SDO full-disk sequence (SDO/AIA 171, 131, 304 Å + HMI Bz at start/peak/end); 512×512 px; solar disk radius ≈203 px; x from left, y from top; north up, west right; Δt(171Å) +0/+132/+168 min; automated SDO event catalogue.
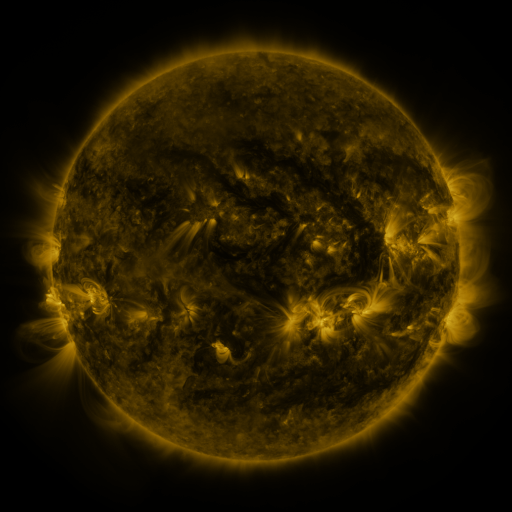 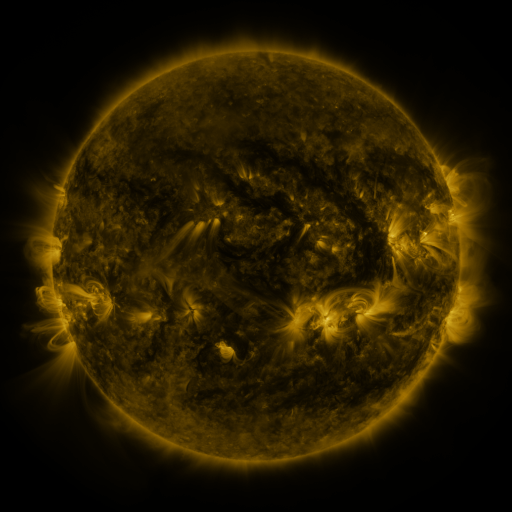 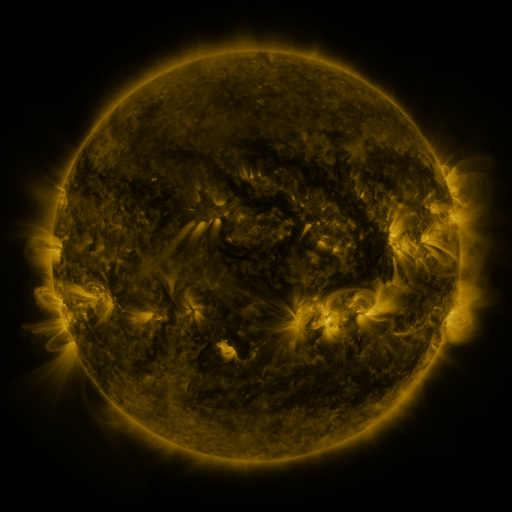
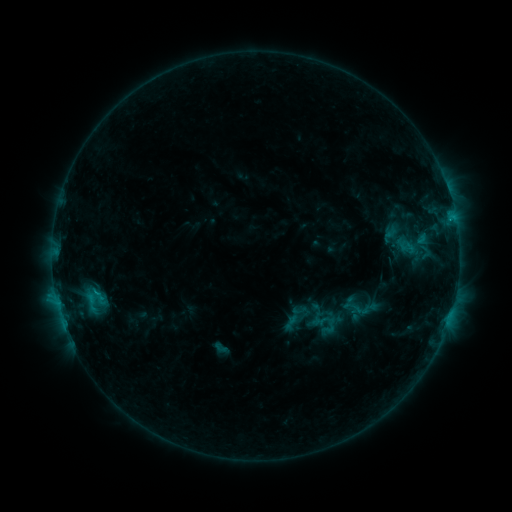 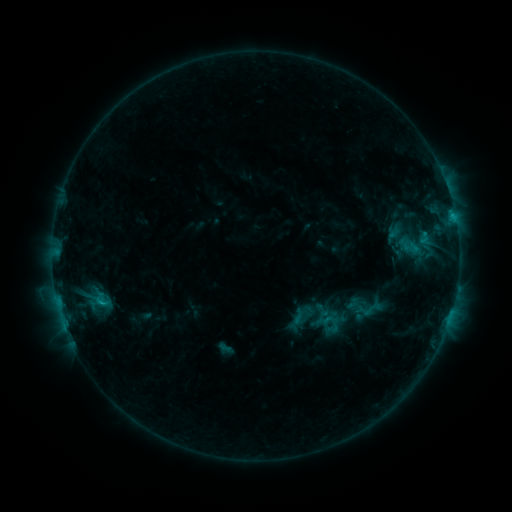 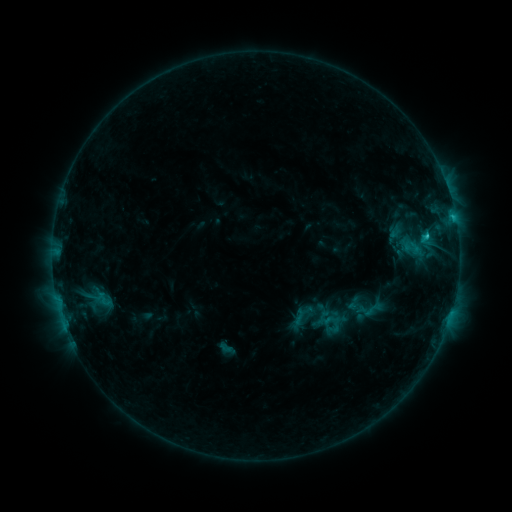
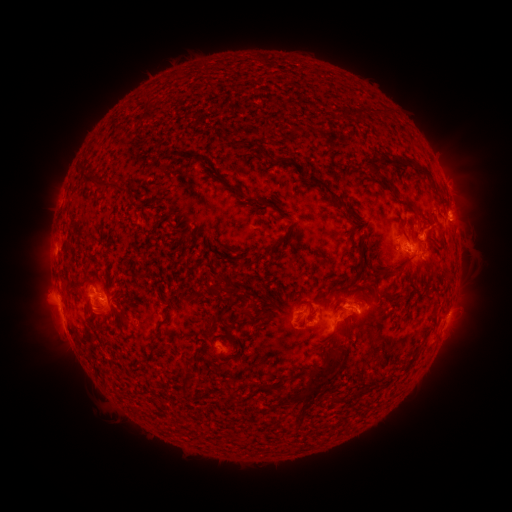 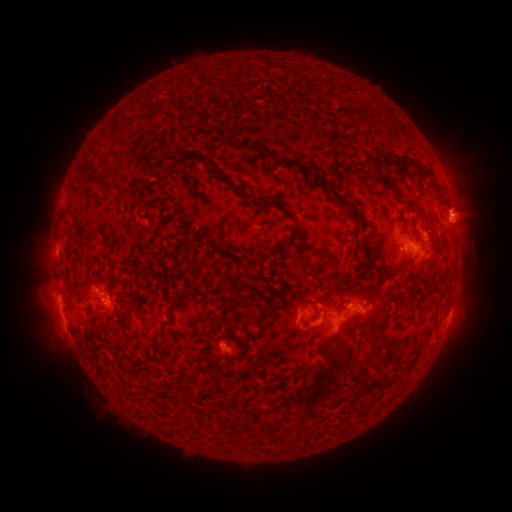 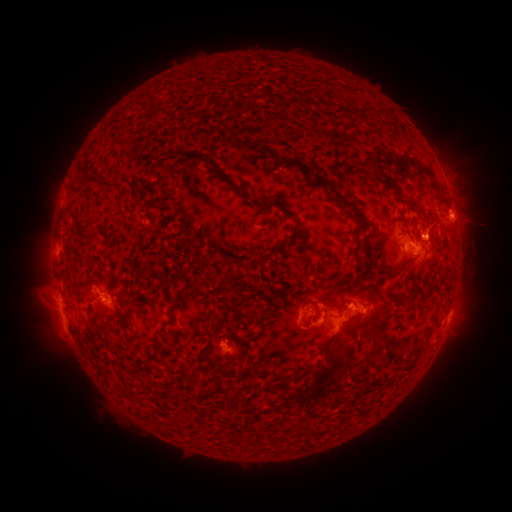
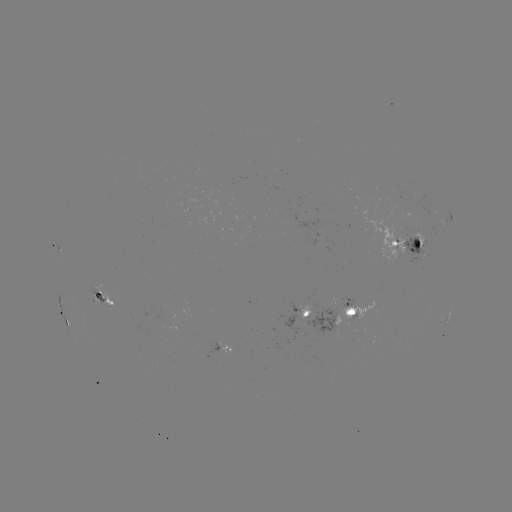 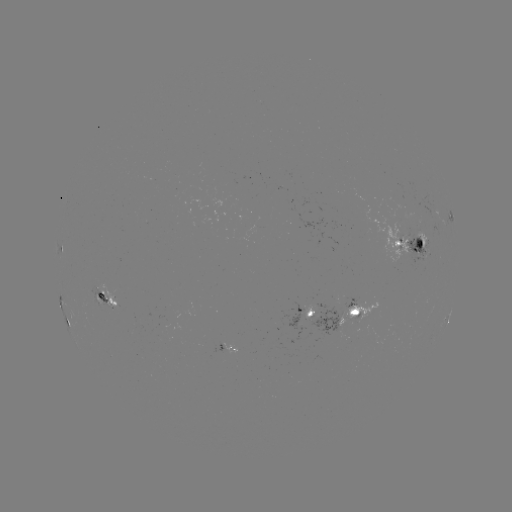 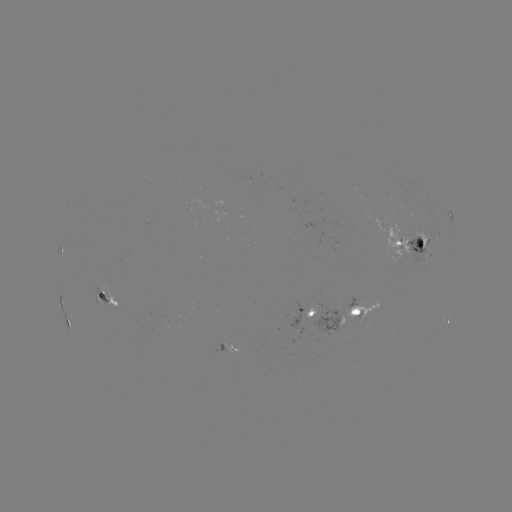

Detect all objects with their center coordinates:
emerging-flux region: (401, 236)
